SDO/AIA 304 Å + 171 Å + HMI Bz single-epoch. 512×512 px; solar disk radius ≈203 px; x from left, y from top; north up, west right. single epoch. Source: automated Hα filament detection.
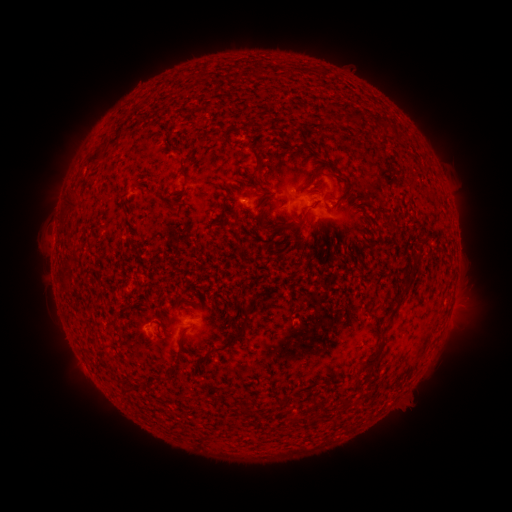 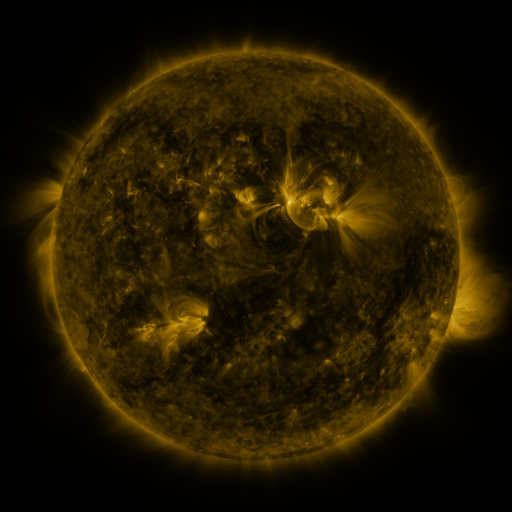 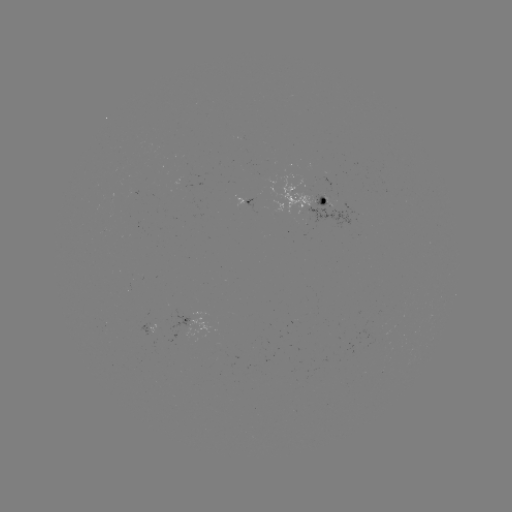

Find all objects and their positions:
filament: (182, 76)
filament: (390, 125)
filament: (227, 140)
filament: (98, 154)
filament: (260, 163)
filament: (182, 169)
filament: (70, 201)
filament: (293, 225)
filament: (256, 262)
filament: (66, 287)
filament: (393, 314)
filament: (235, 337)
filament: (180, 339)
filament: (199, 361)
filament: (373, 361)
filament: (125, 390)
filament: (243, 408)
filament: (294, 420)
